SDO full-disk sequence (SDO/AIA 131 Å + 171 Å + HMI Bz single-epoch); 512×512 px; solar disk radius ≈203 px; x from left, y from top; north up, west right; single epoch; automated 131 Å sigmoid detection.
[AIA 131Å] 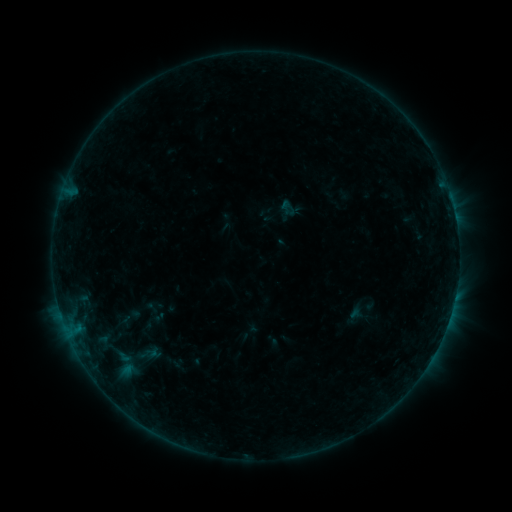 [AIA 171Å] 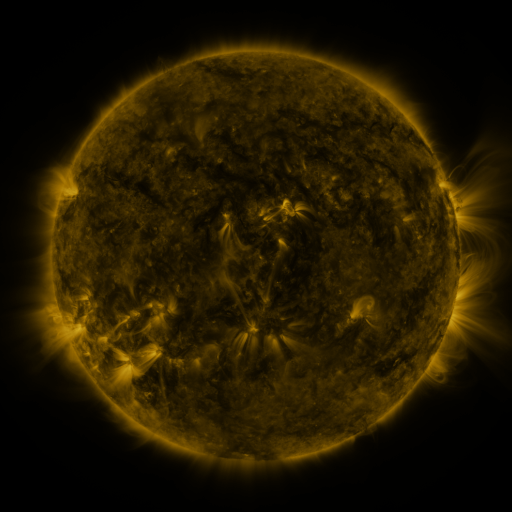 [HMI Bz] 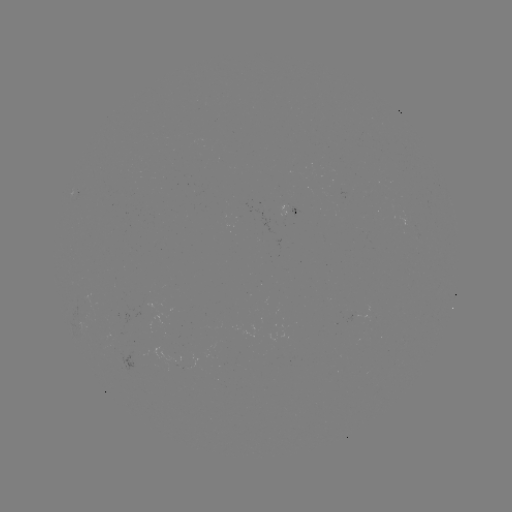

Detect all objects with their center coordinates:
sigmoid: [131, 344, 162, 364]
